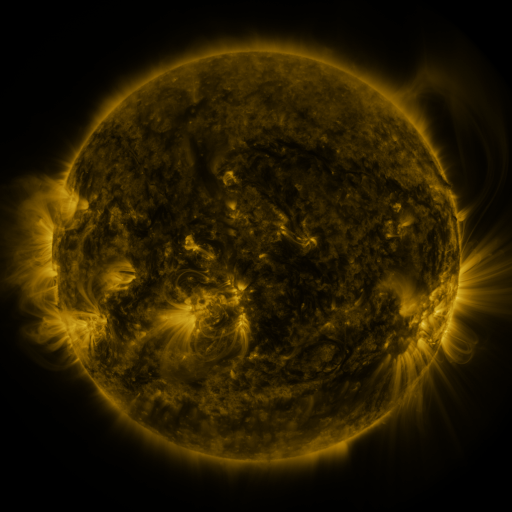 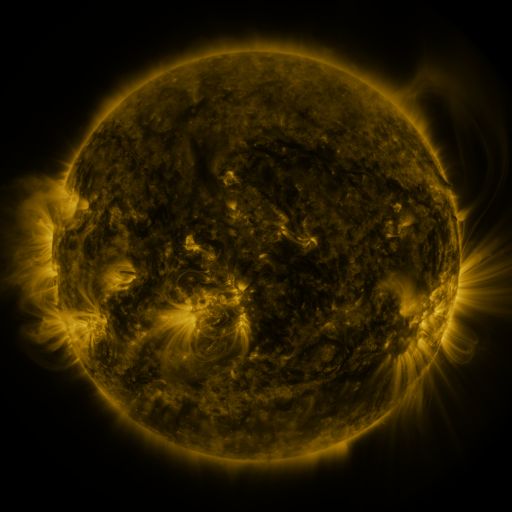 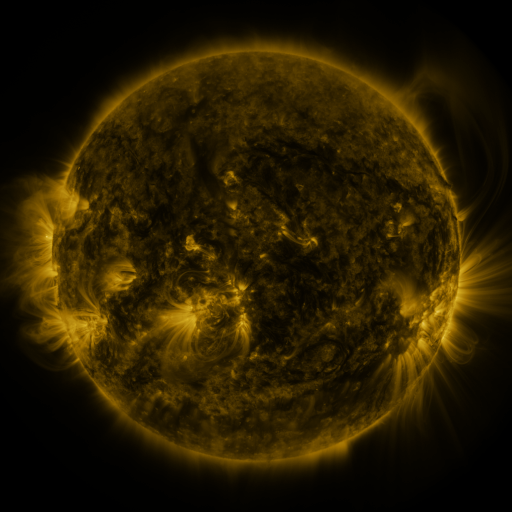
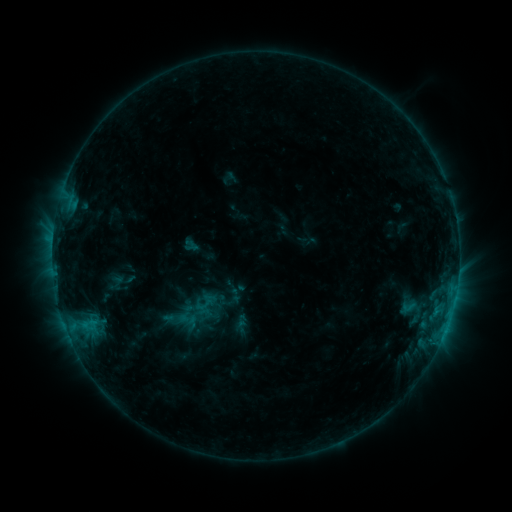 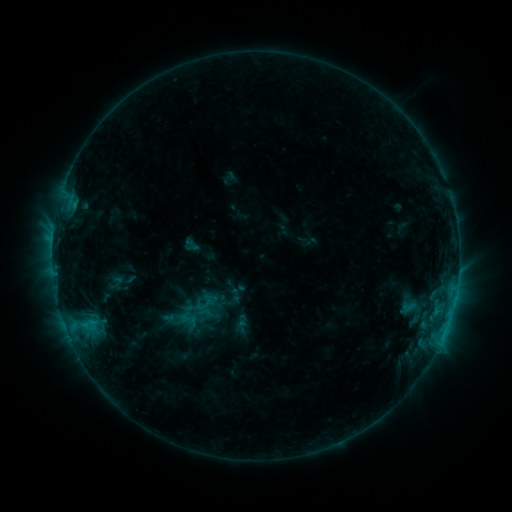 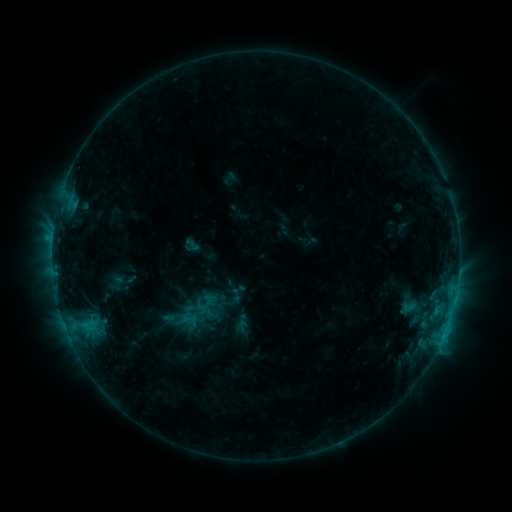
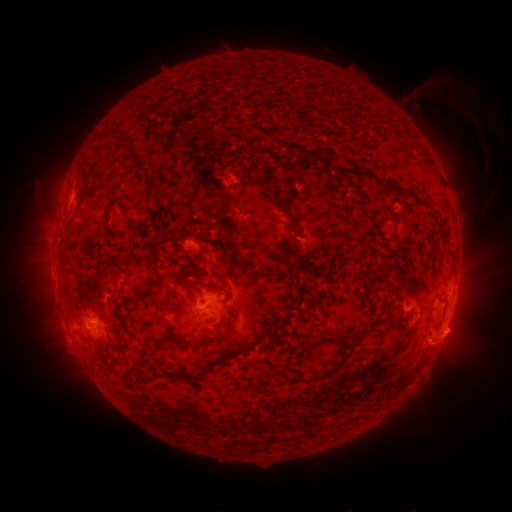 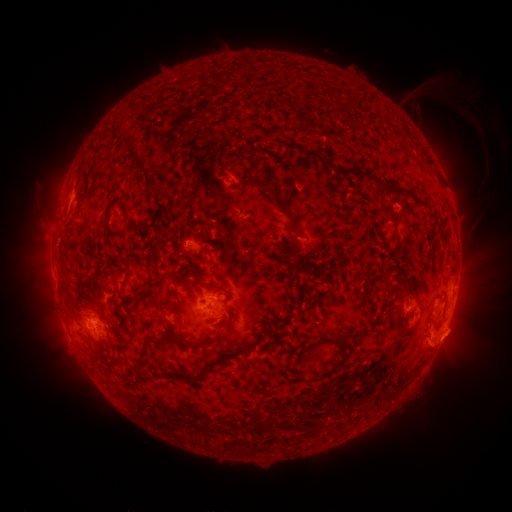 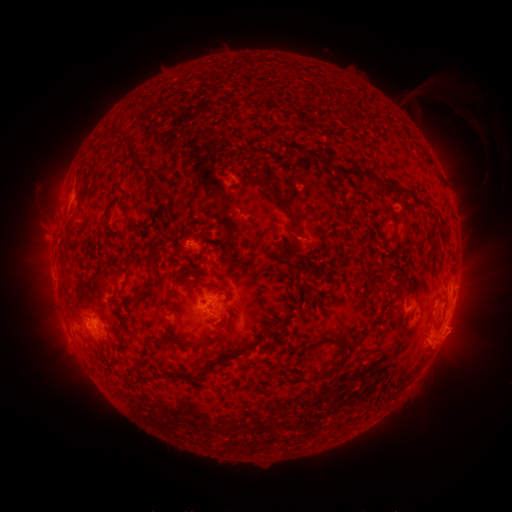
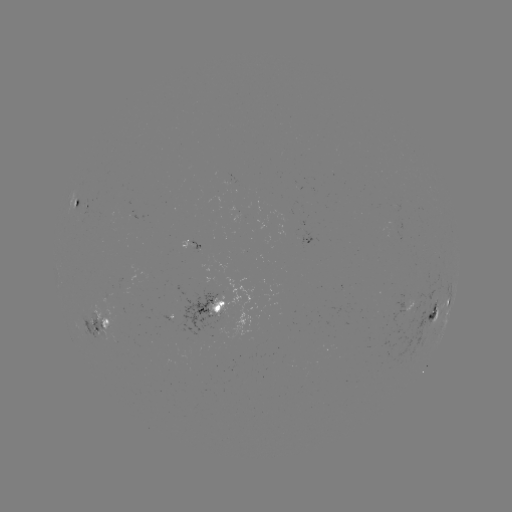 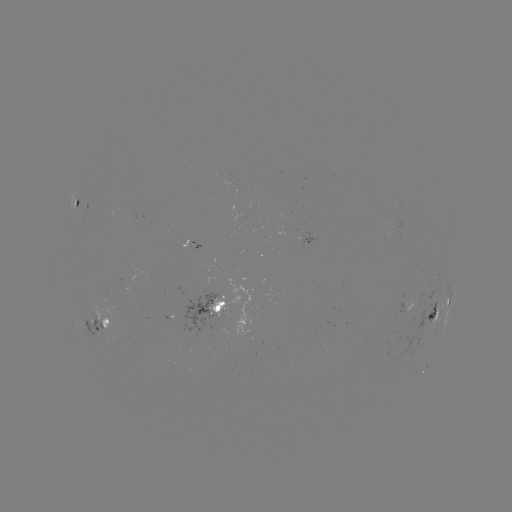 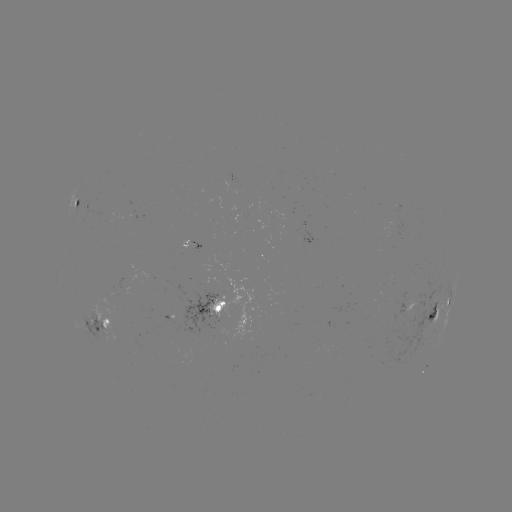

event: eruption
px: (456, 339)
